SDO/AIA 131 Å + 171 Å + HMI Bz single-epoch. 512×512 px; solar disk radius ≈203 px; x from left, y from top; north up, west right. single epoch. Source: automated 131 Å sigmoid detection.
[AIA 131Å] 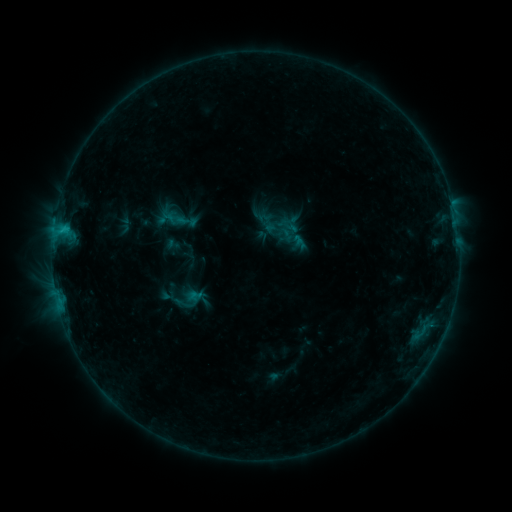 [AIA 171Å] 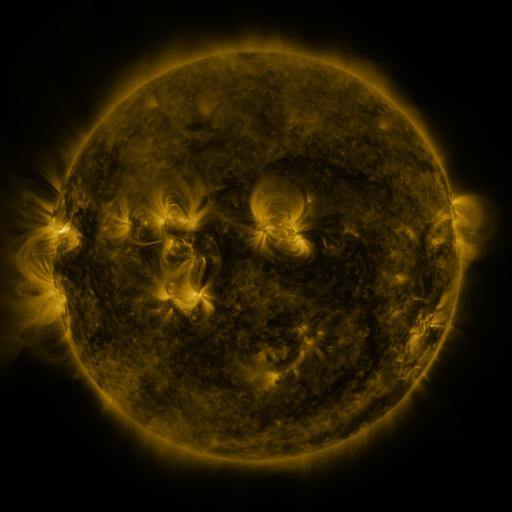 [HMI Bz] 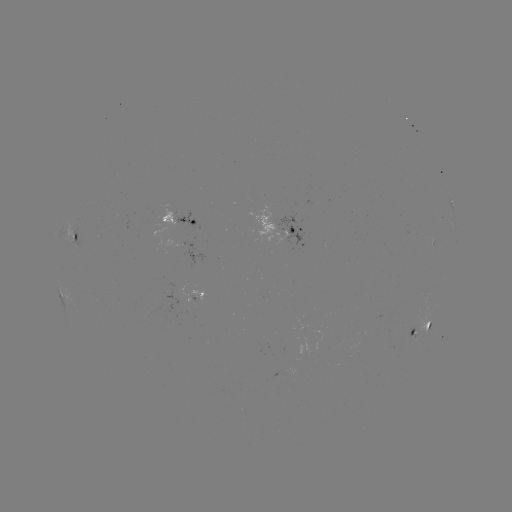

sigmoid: [265, 212, 292, 239]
